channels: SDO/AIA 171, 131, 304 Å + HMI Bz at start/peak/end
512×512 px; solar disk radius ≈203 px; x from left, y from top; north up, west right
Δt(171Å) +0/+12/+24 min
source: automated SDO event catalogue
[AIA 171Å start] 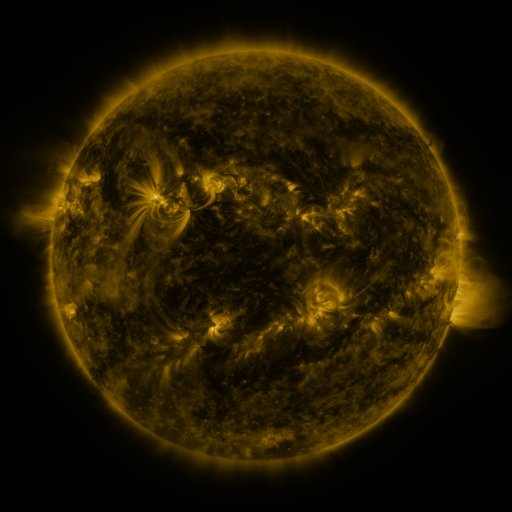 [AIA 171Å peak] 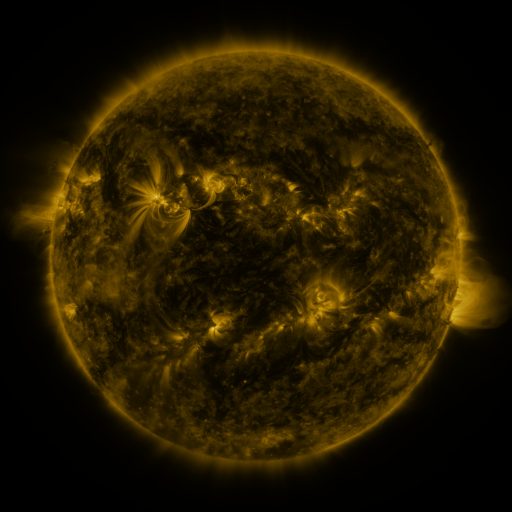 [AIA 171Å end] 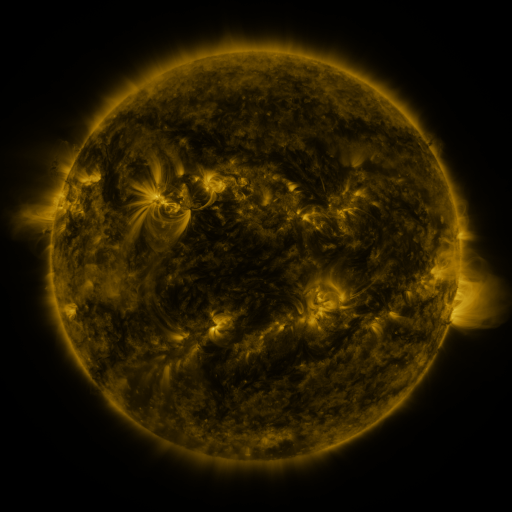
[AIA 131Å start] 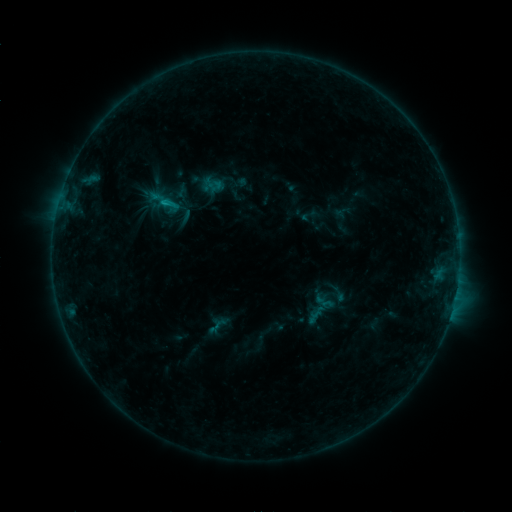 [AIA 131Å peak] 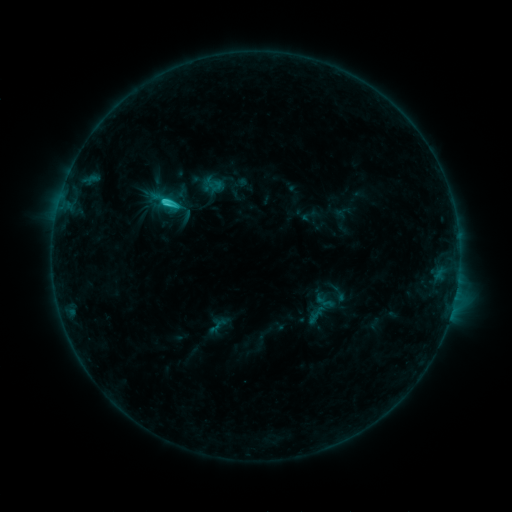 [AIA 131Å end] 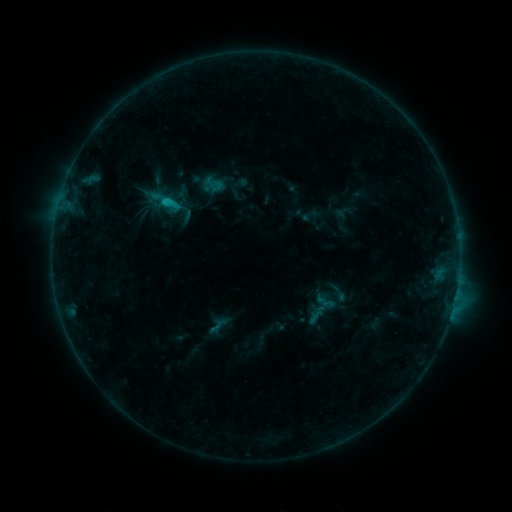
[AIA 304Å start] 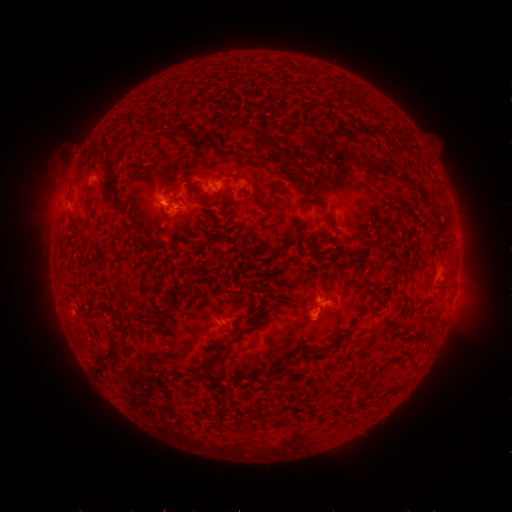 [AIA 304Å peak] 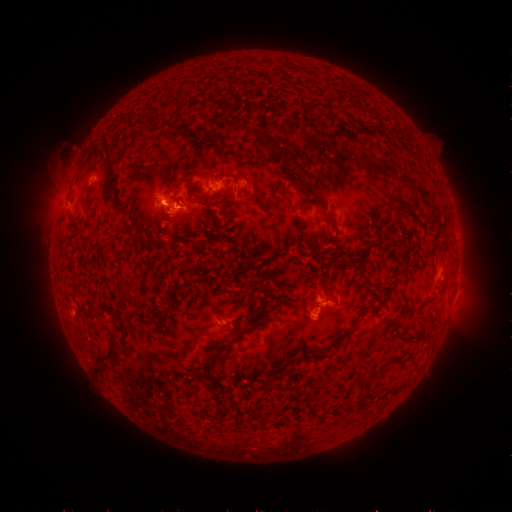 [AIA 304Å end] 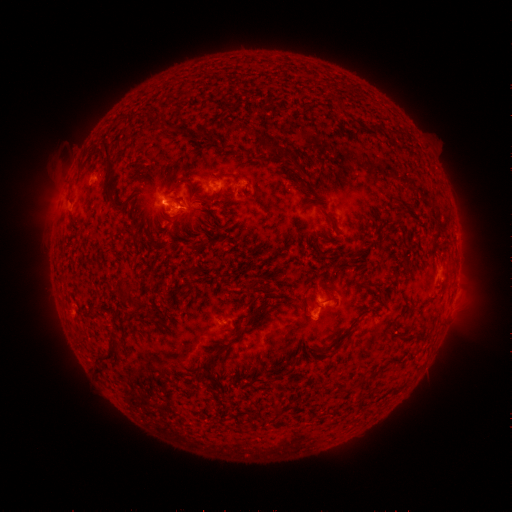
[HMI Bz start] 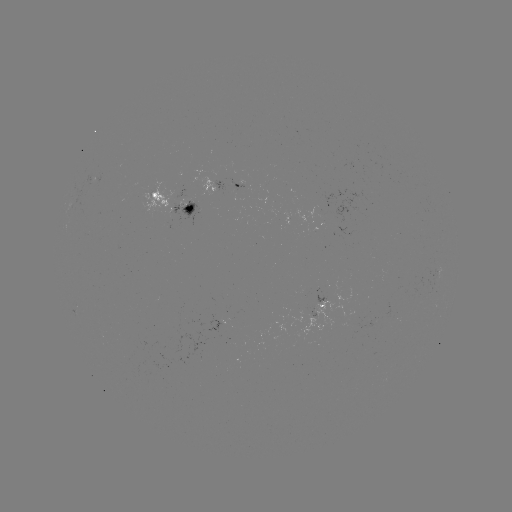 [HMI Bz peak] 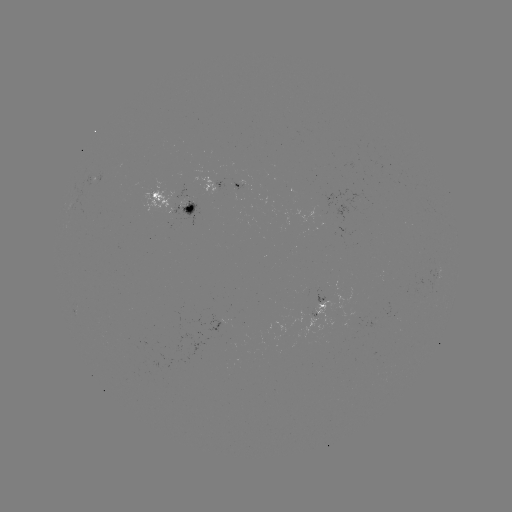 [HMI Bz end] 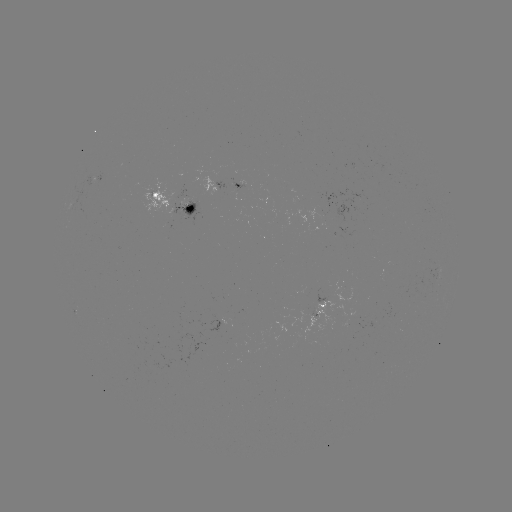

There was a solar flare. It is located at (168, 206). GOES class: C1.7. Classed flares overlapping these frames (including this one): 1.